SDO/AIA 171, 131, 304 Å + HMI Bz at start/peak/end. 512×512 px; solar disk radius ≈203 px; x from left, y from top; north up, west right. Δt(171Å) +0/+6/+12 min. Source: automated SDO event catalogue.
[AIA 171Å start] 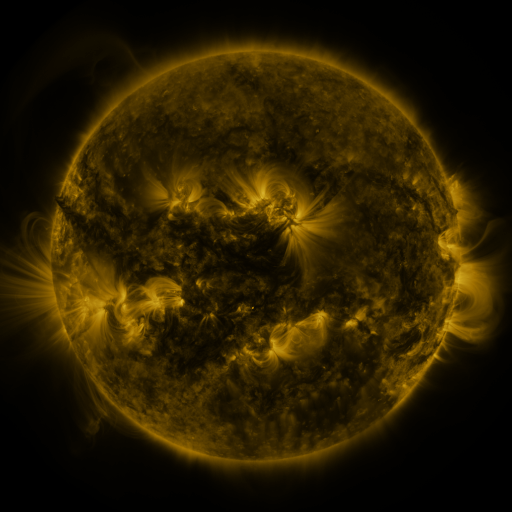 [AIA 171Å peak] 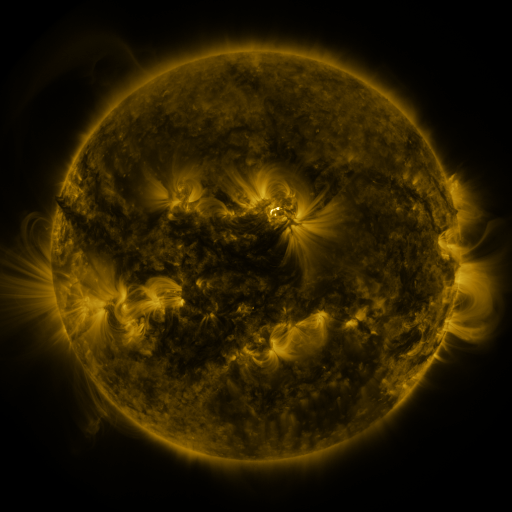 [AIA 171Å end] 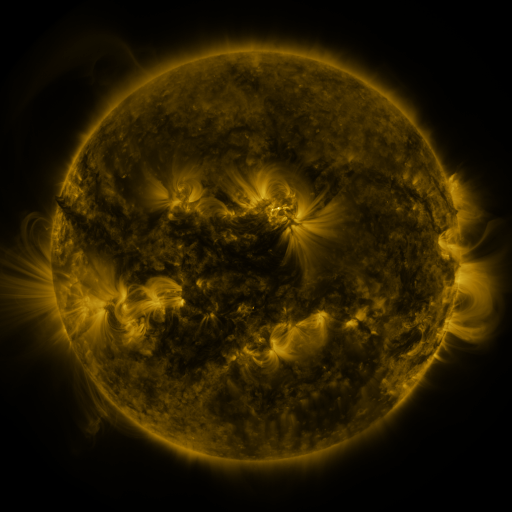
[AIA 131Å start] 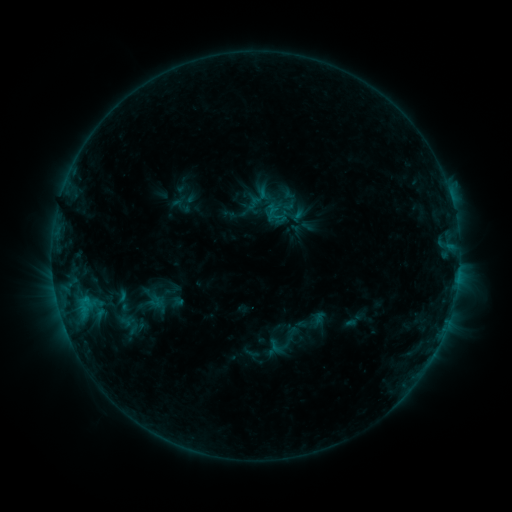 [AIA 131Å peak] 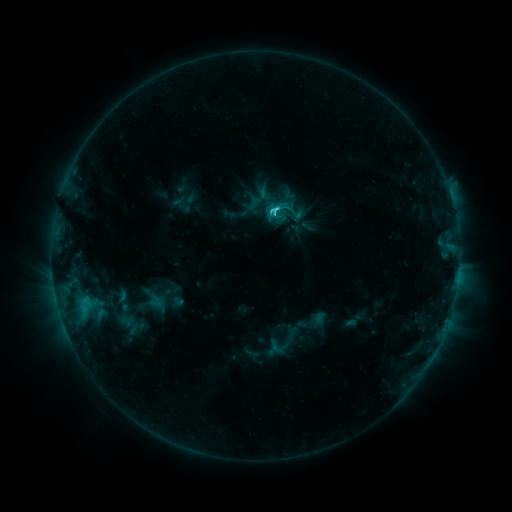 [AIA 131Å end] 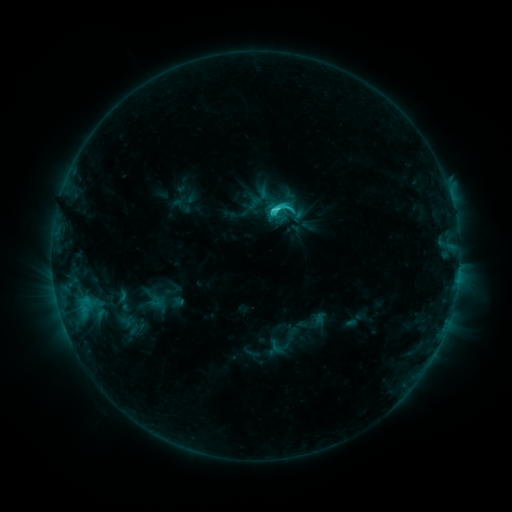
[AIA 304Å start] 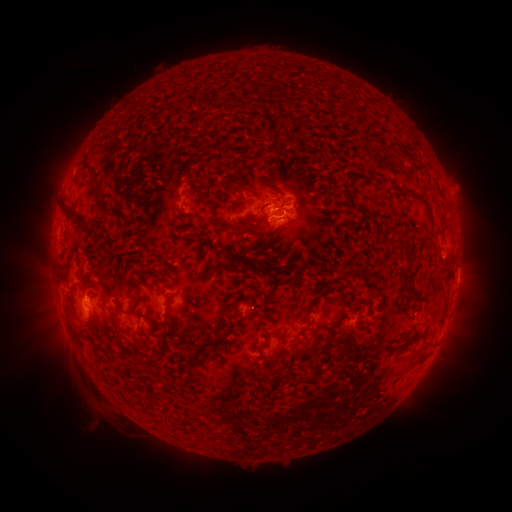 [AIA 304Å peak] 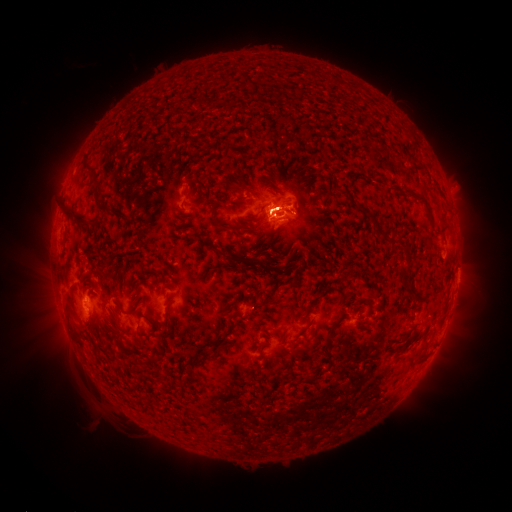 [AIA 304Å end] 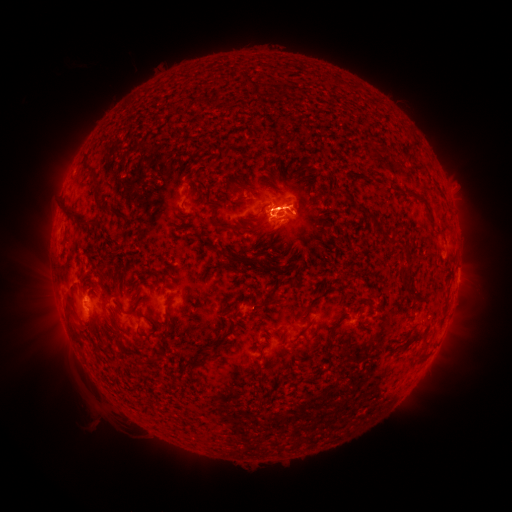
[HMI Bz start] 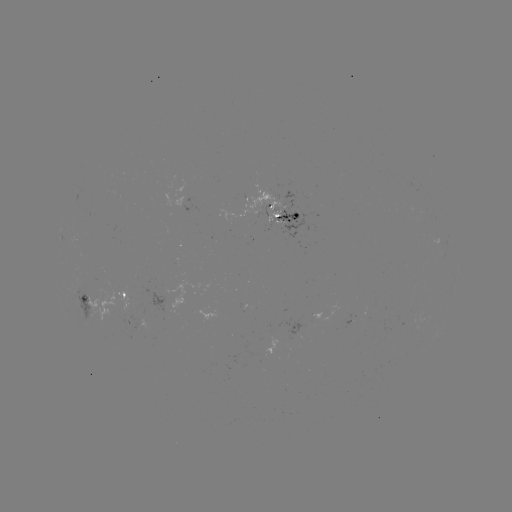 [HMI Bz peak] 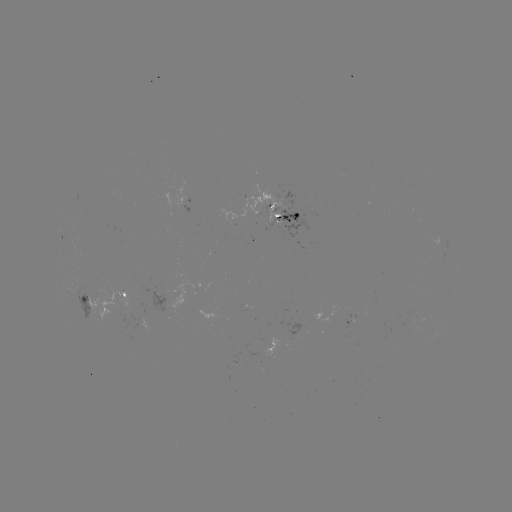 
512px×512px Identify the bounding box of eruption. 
[267, 183, 312, 228].